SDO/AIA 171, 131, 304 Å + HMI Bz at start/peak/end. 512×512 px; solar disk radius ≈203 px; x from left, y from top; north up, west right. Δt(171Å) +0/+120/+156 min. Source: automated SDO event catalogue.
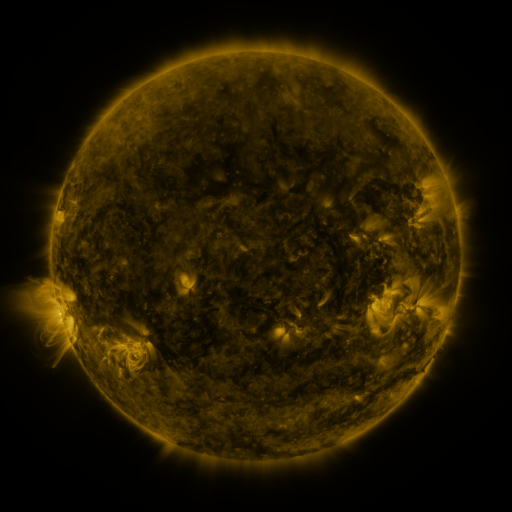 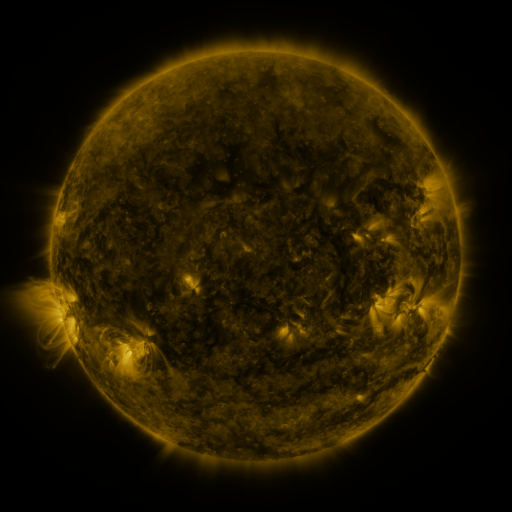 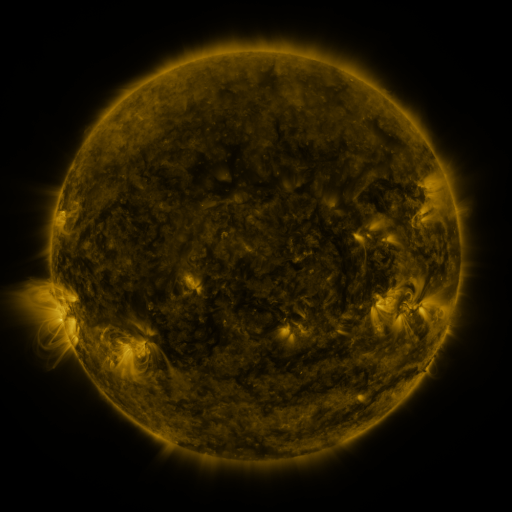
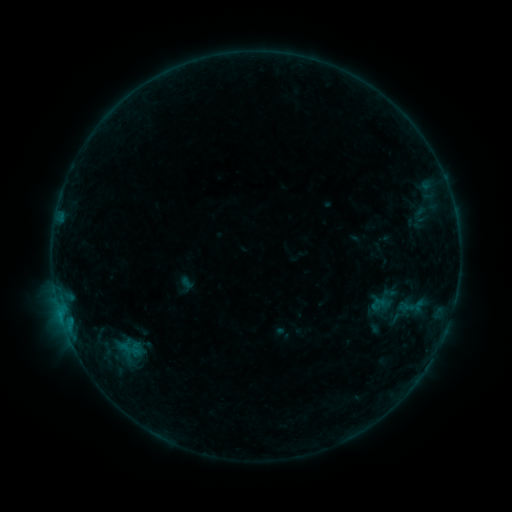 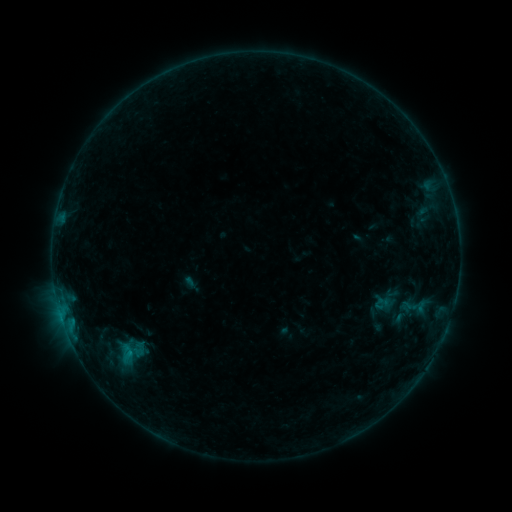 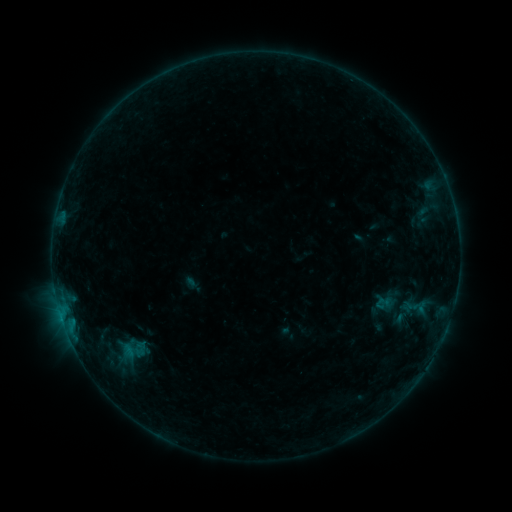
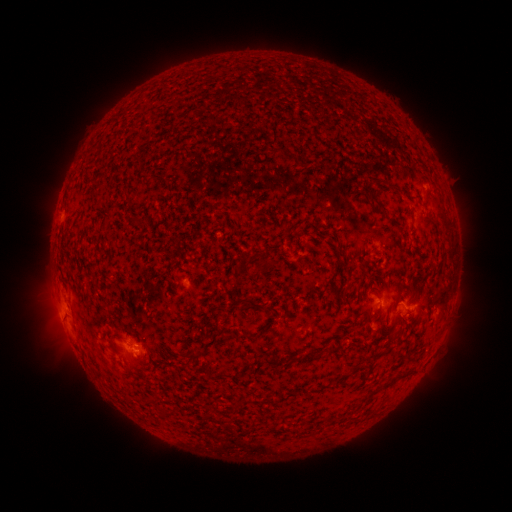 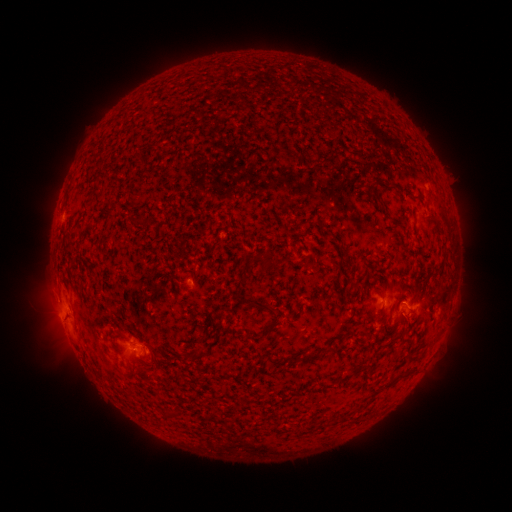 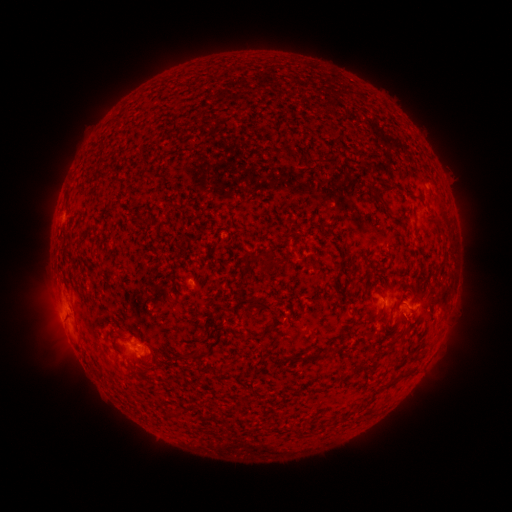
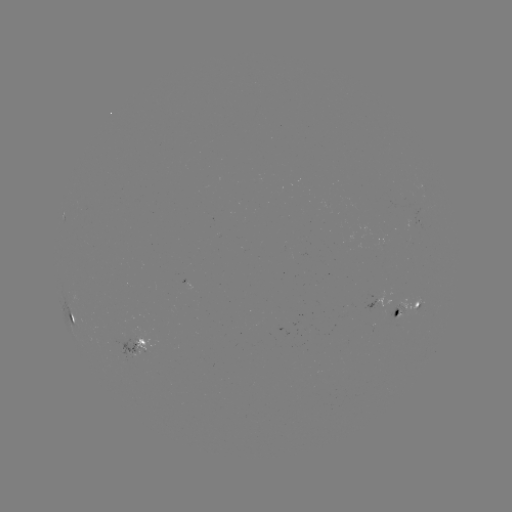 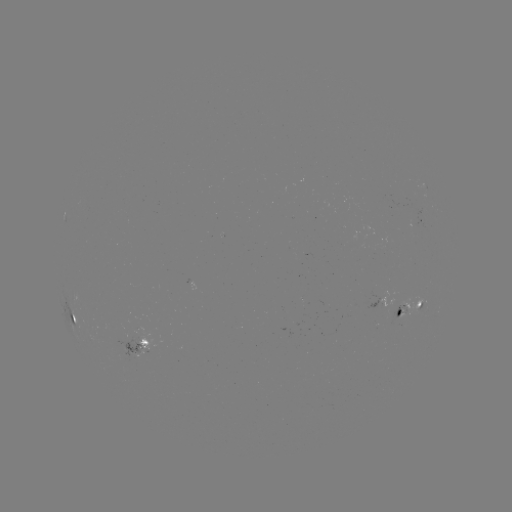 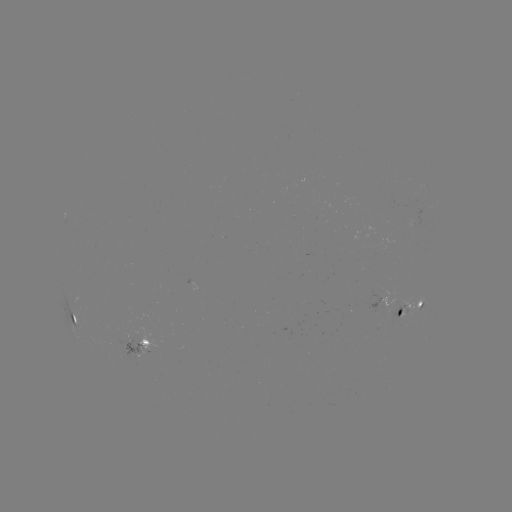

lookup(emerging-flux region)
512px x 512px [397, 318]